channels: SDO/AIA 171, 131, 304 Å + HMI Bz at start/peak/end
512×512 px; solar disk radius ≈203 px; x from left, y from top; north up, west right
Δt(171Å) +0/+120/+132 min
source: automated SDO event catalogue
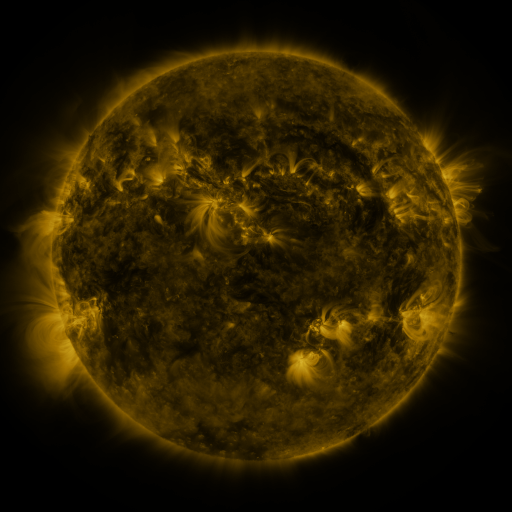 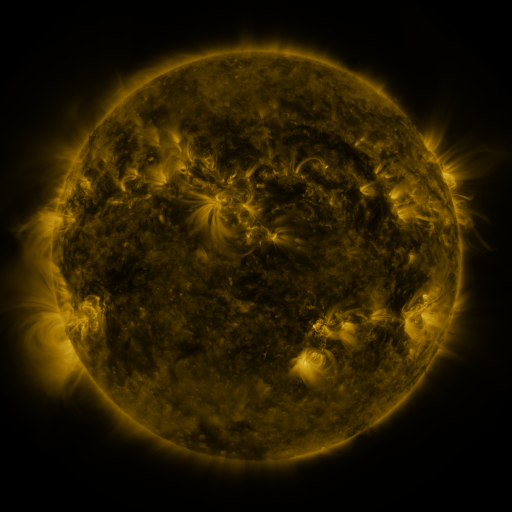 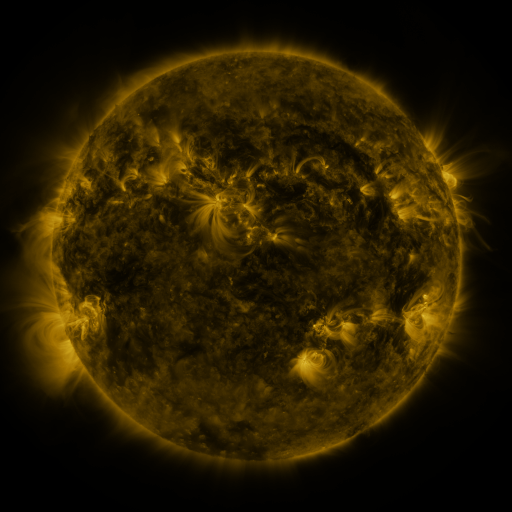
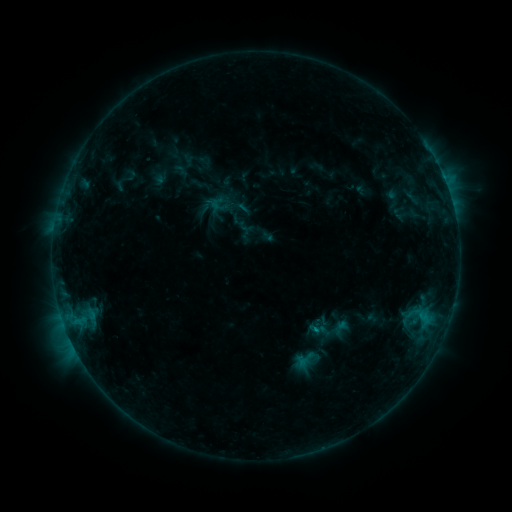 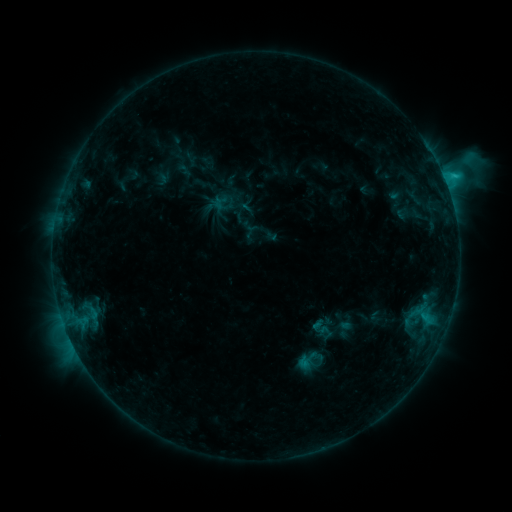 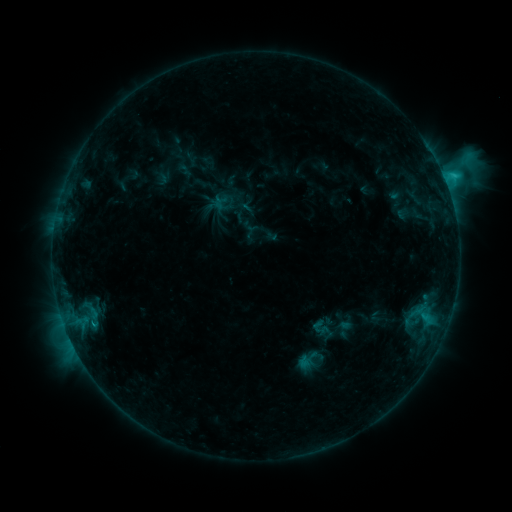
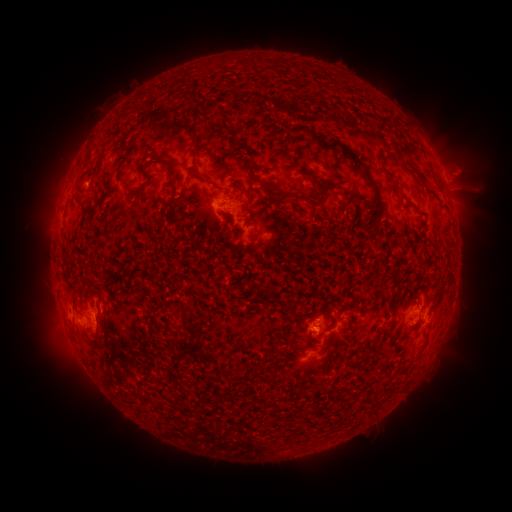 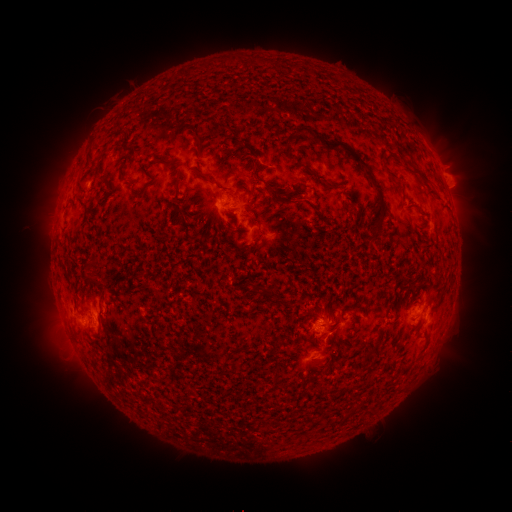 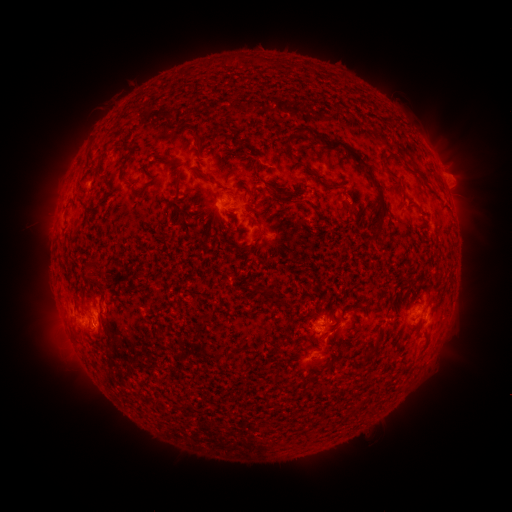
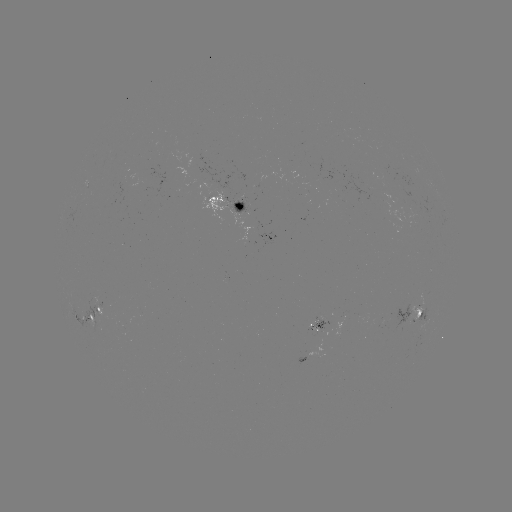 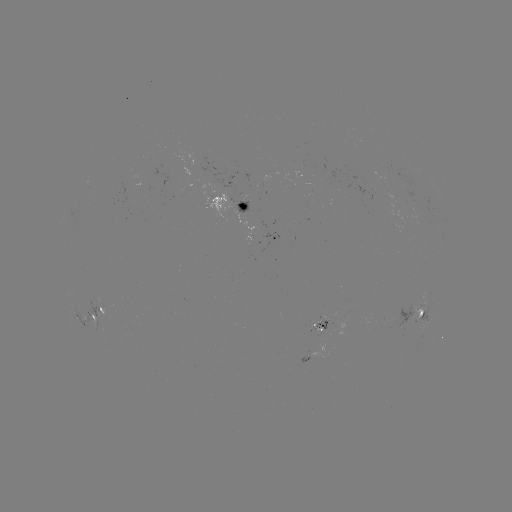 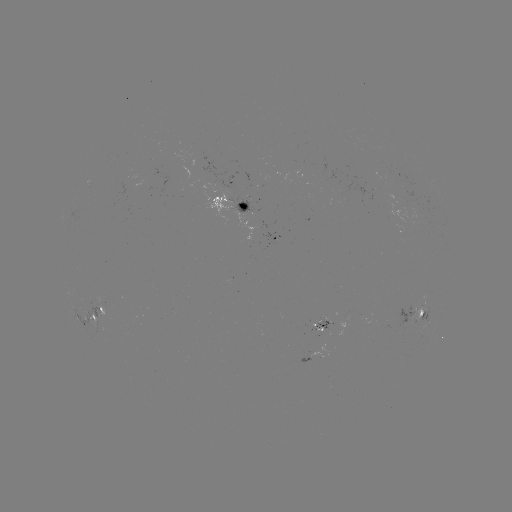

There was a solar emerging-flux region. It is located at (96, 314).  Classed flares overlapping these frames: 1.